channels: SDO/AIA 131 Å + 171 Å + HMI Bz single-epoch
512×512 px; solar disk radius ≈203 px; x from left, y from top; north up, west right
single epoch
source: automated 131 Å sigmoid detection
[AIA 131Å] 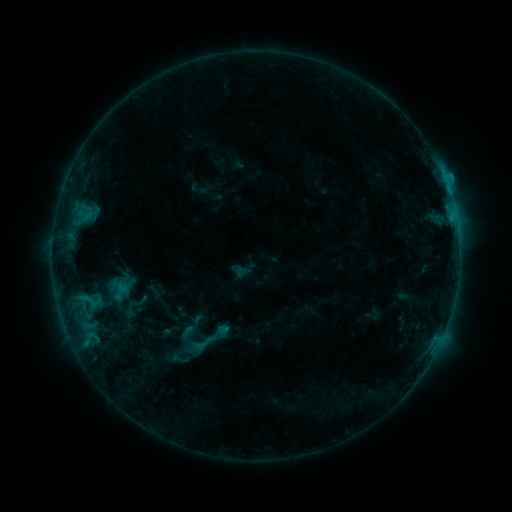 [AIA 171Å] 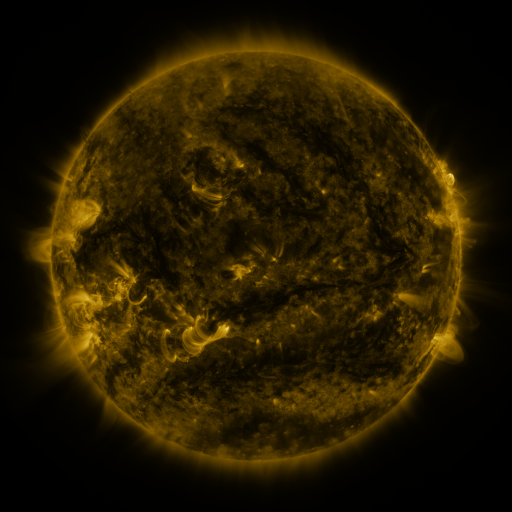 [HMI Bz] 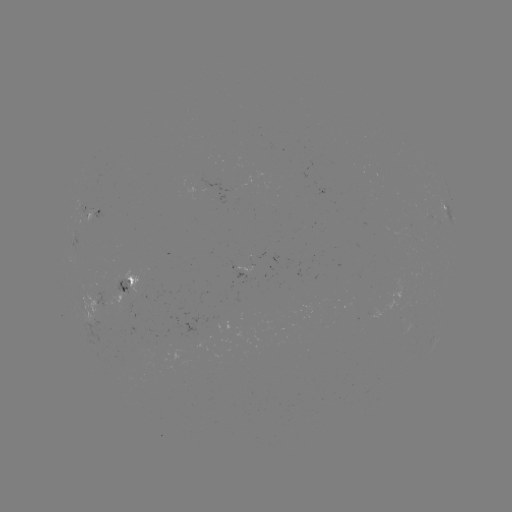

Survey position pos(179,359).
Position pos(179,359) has sigmoid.